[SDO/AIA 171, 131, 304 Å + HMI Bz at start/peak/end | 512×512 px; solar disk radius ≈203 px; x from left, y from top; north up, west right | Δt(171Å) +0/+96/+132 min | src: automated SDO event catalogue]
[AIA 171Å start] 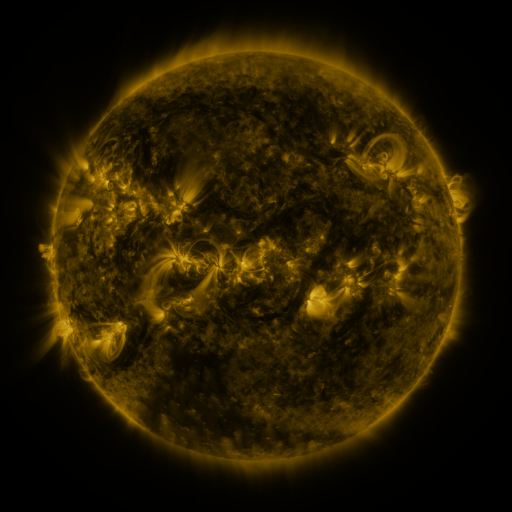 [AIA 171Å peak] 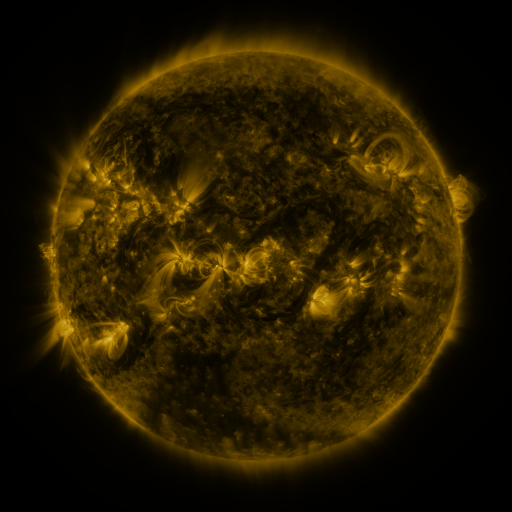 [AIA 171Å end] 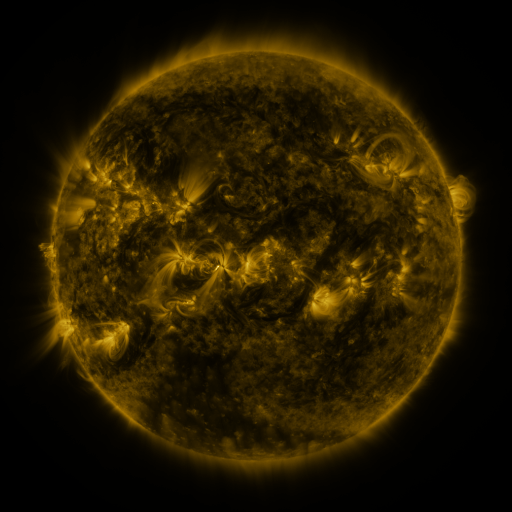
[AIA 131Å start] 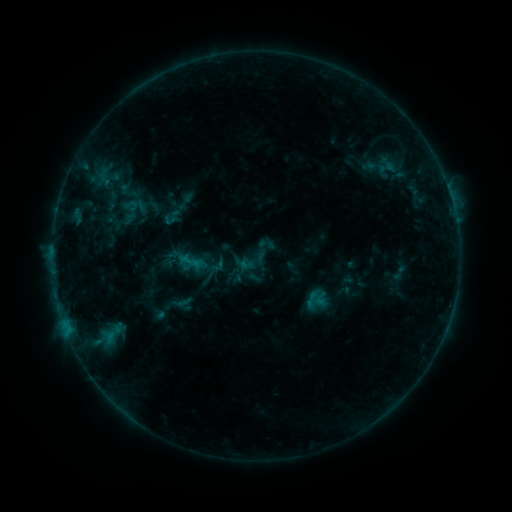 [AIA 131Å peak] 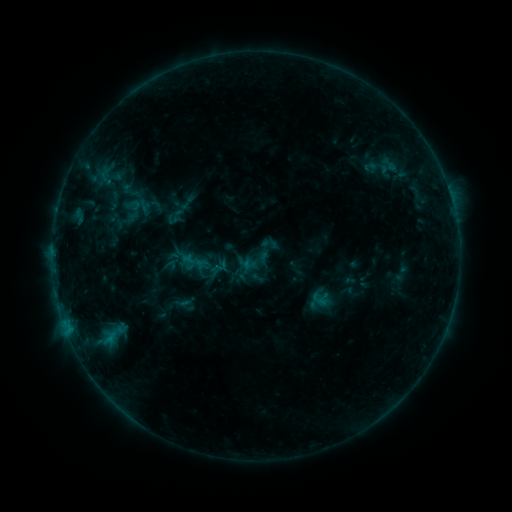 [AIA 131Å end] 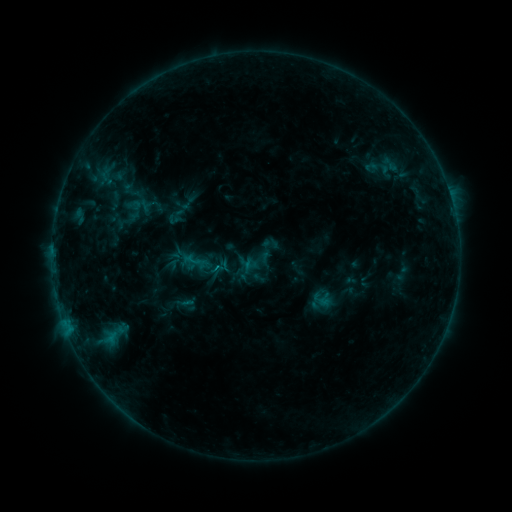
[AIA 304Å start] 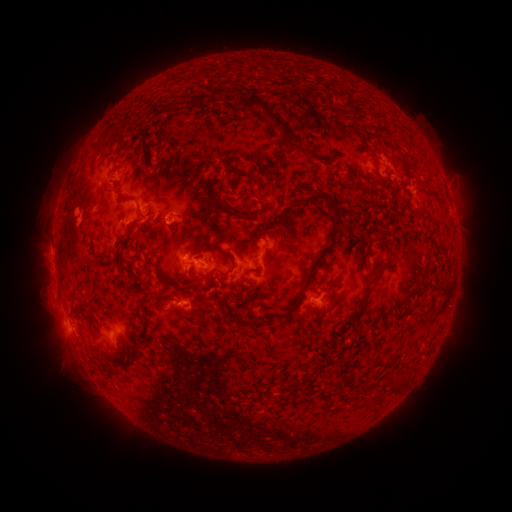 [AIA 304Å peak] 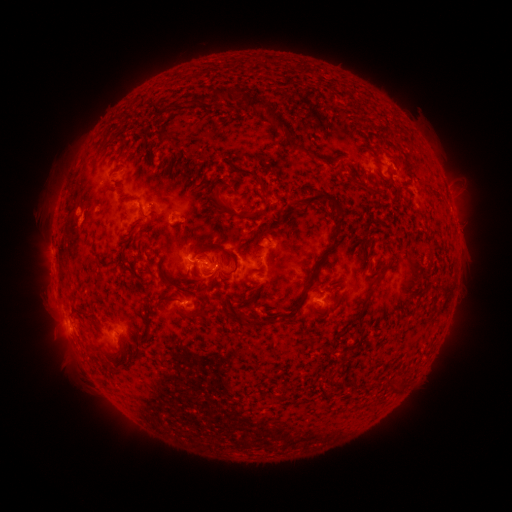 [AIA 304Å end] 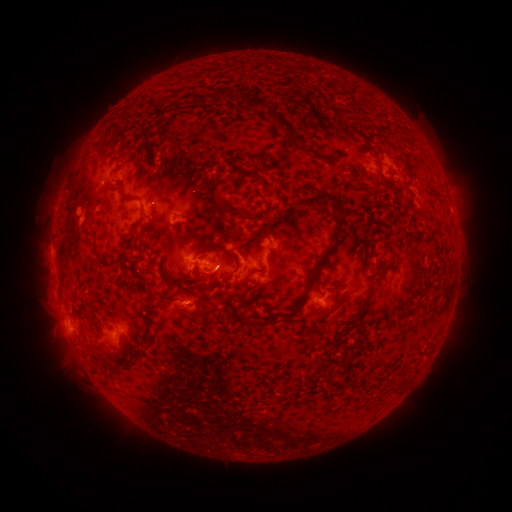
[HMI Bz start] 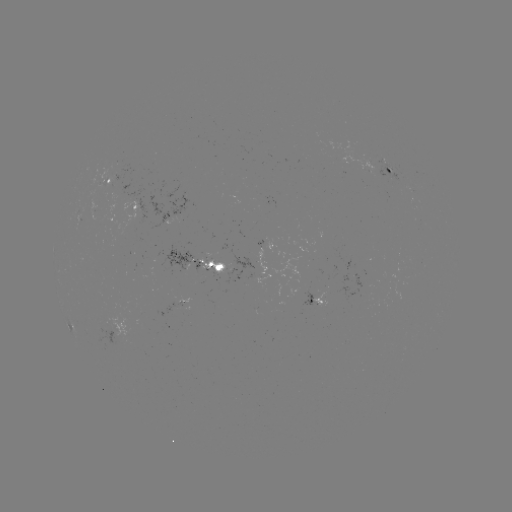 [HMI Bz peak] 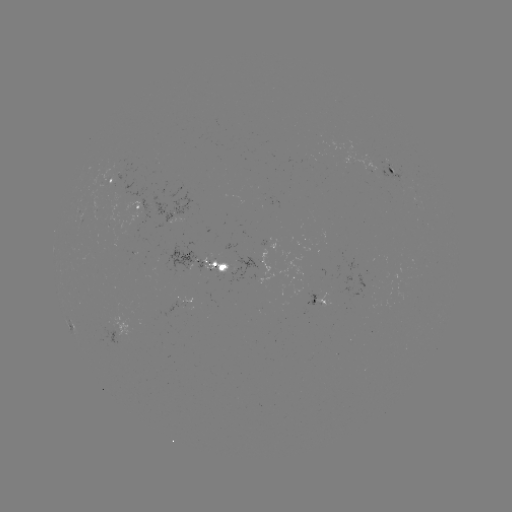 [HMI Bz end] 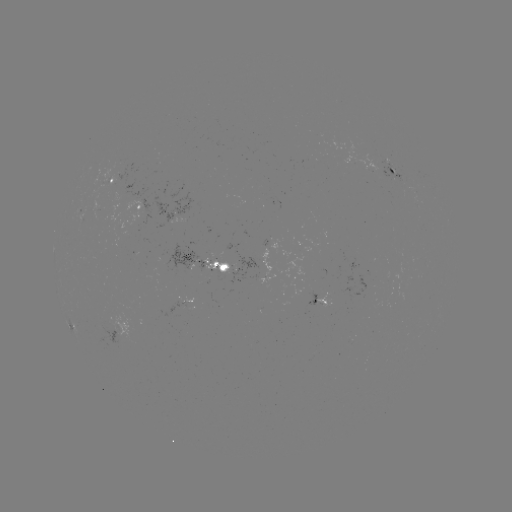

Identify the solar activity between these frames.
emerging-flux region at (384, 174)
